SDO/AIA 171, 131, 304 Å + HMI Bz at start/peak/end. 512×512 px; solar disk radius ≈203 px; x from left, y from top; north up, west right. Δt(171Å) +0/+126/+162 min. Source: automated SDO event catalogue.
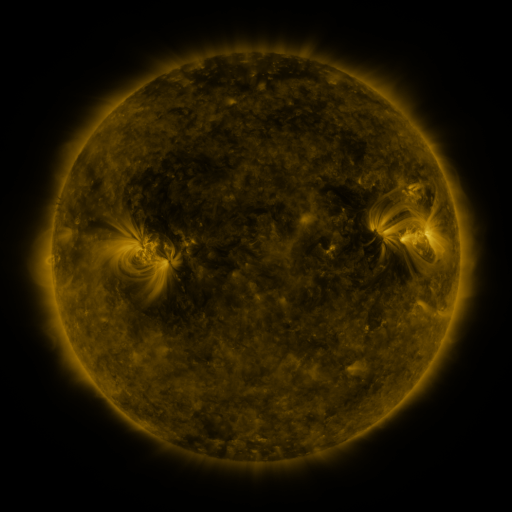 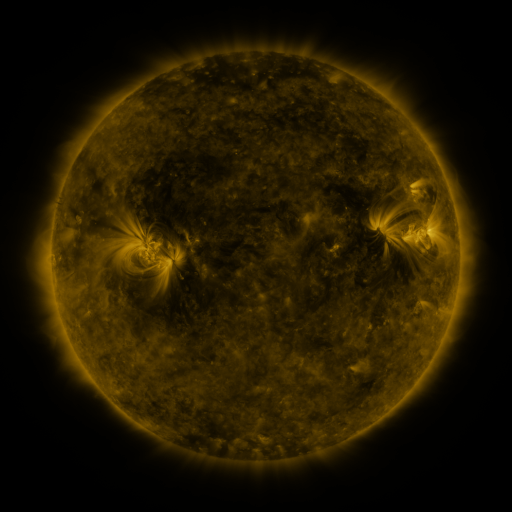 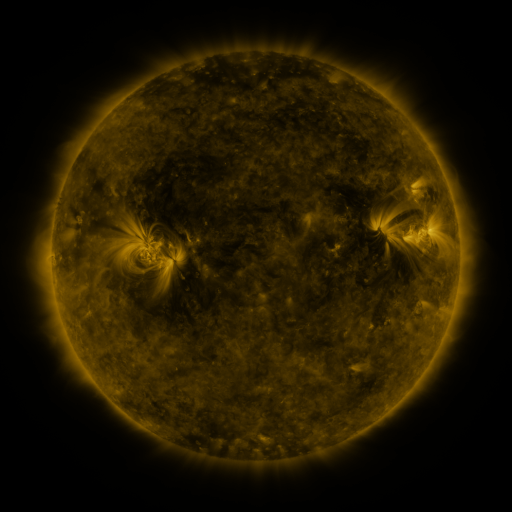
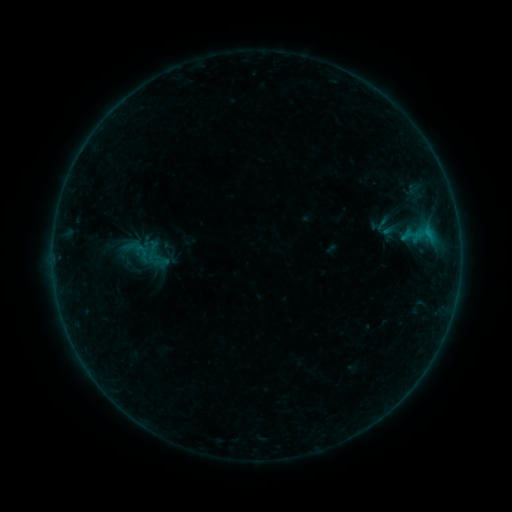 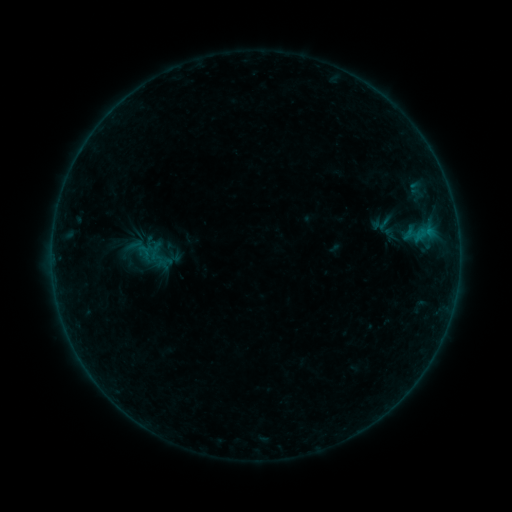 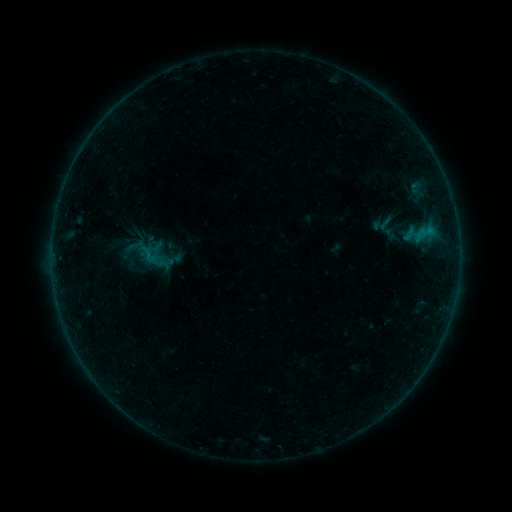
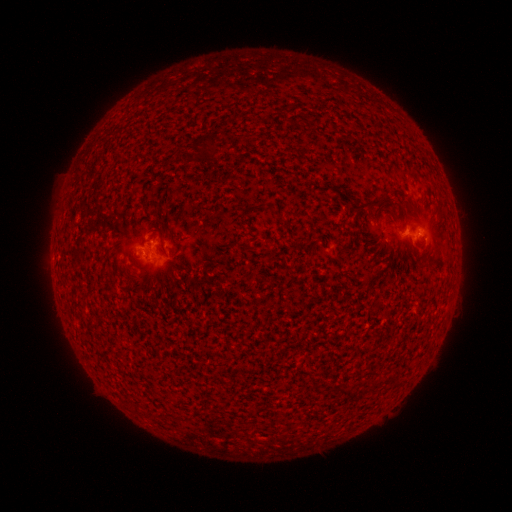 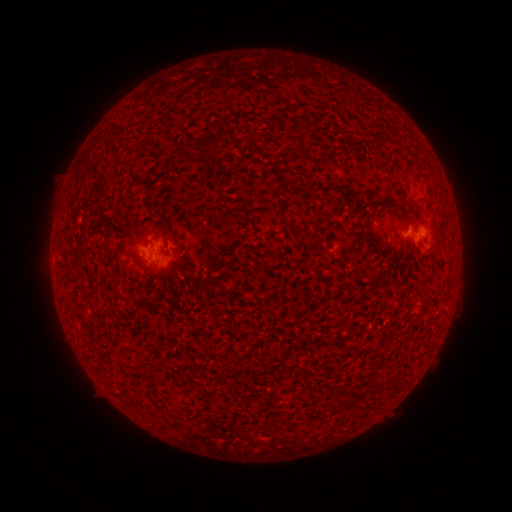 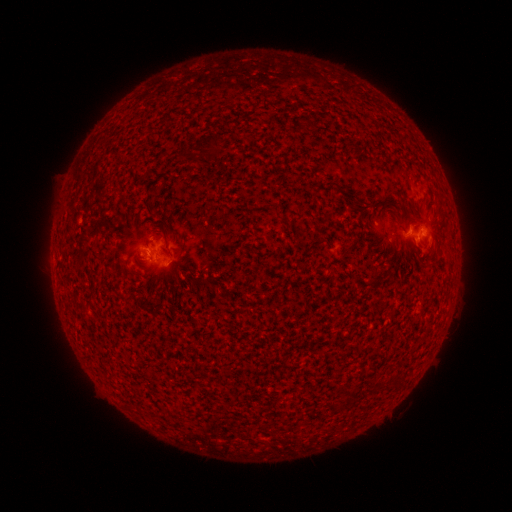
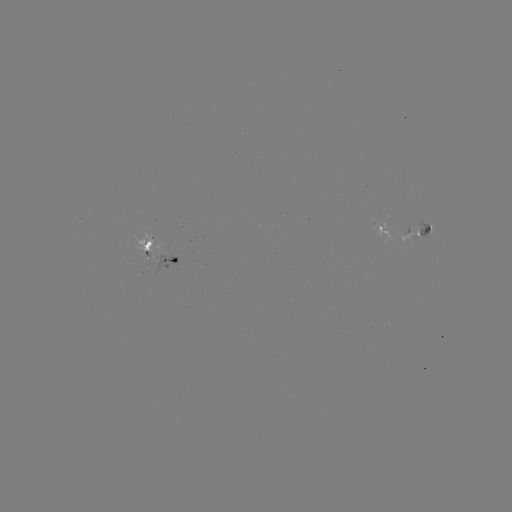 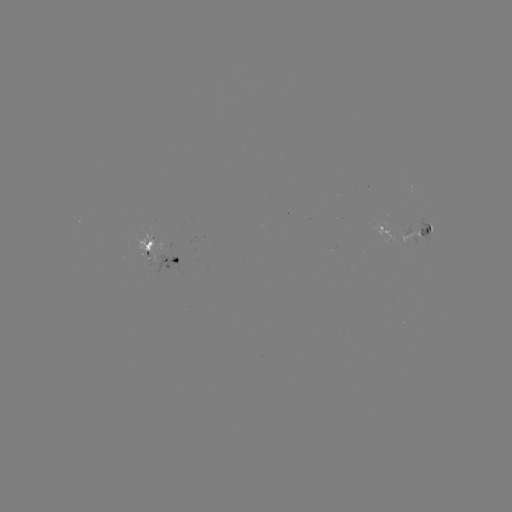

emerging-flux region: (369, 220, 396, 246)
